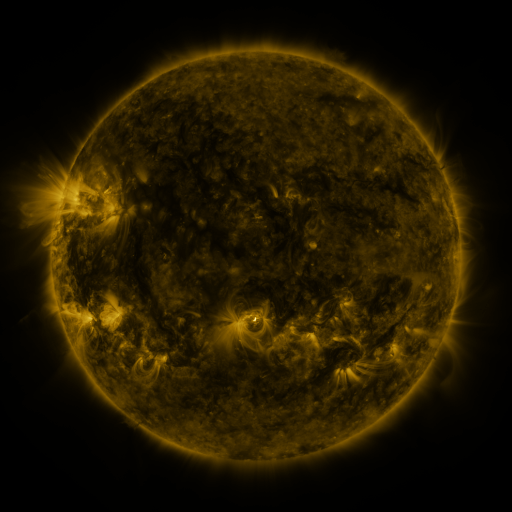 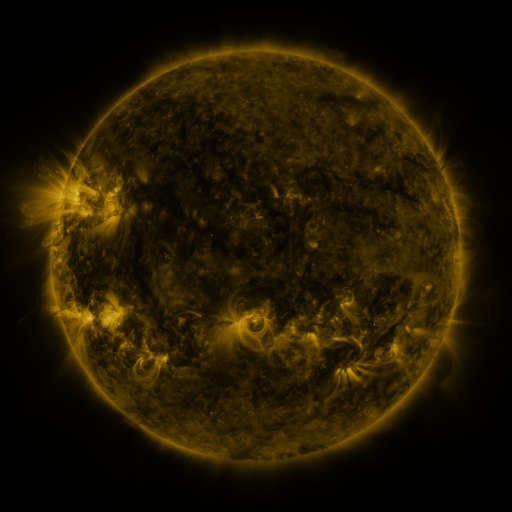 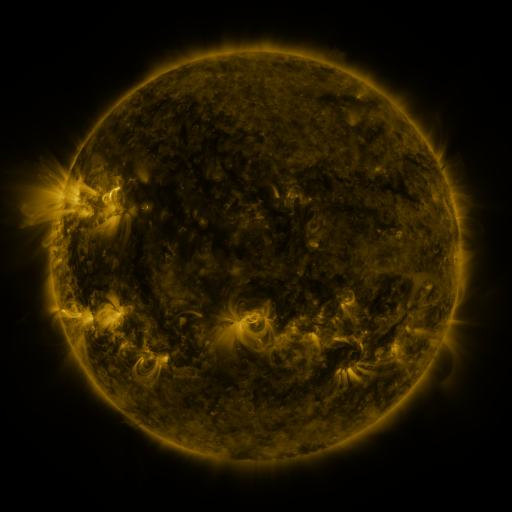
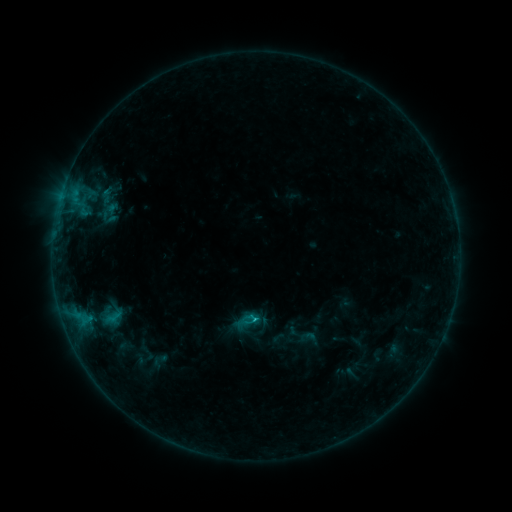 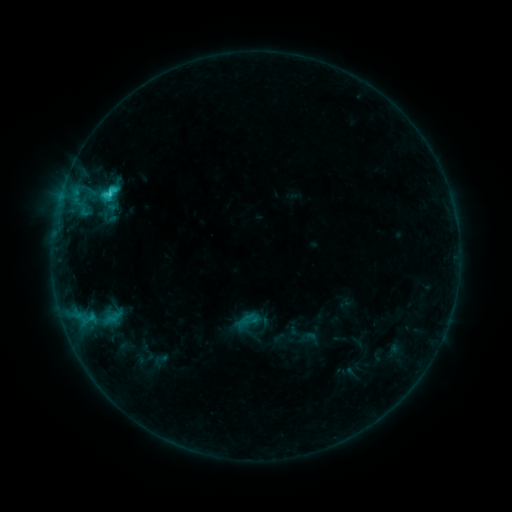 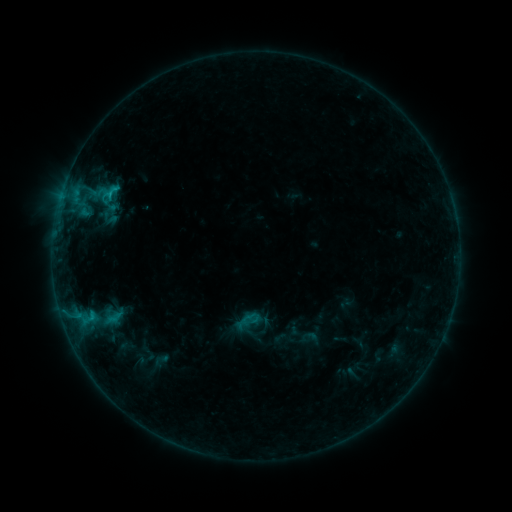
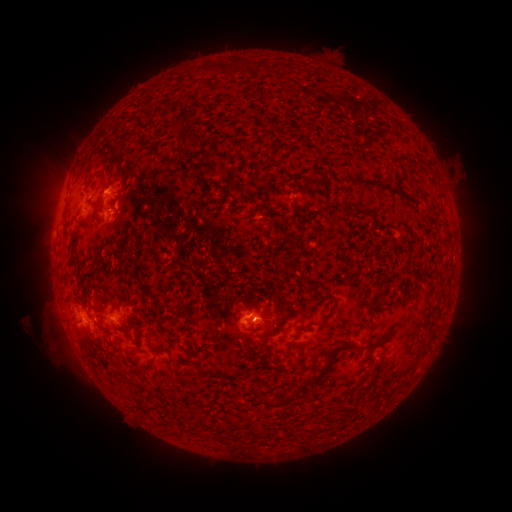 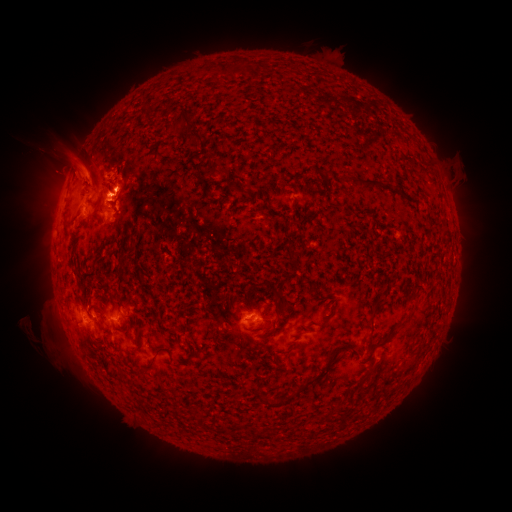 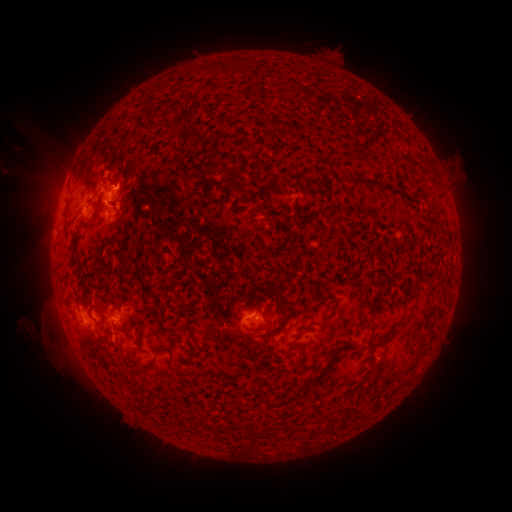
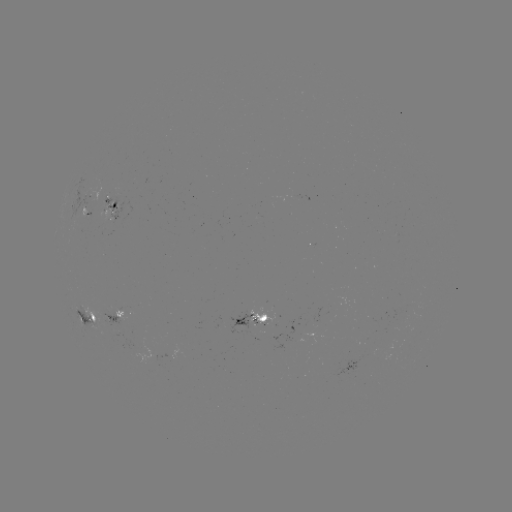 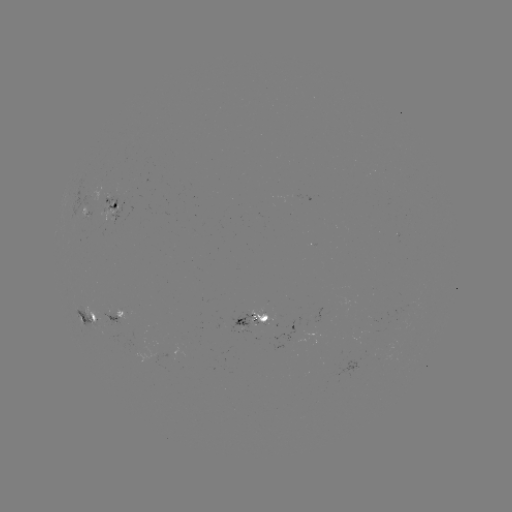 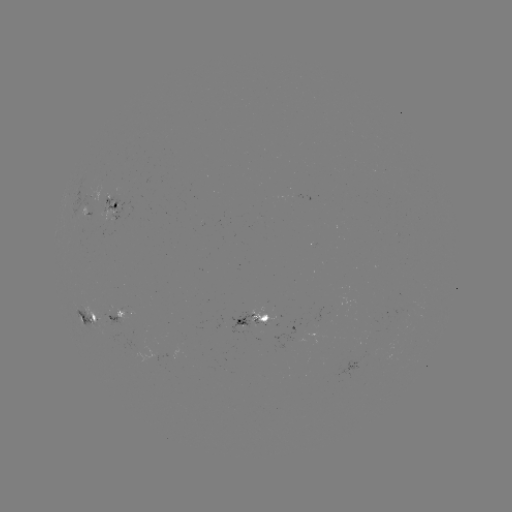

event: eruption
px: (73, 165)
